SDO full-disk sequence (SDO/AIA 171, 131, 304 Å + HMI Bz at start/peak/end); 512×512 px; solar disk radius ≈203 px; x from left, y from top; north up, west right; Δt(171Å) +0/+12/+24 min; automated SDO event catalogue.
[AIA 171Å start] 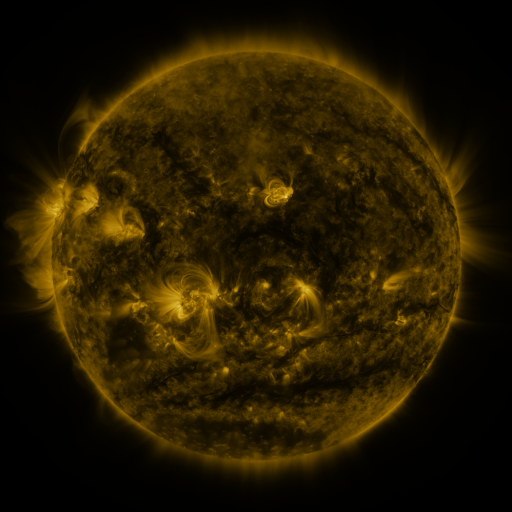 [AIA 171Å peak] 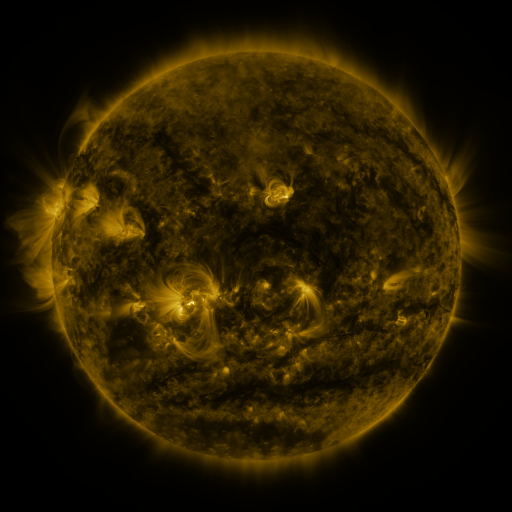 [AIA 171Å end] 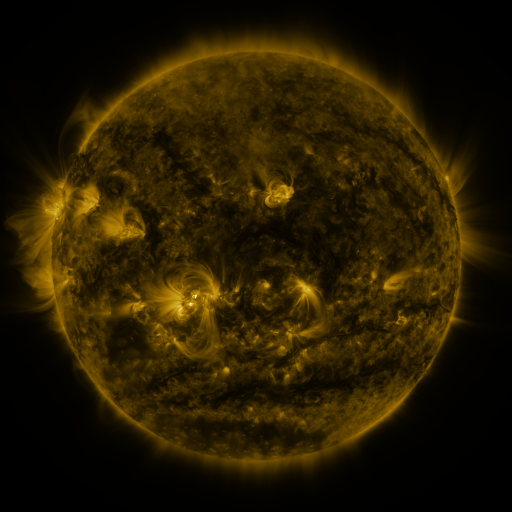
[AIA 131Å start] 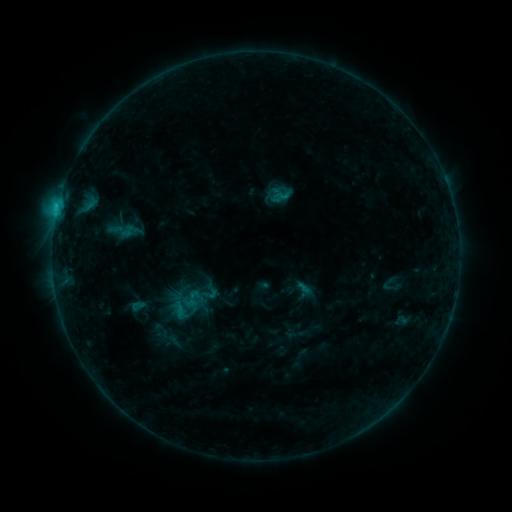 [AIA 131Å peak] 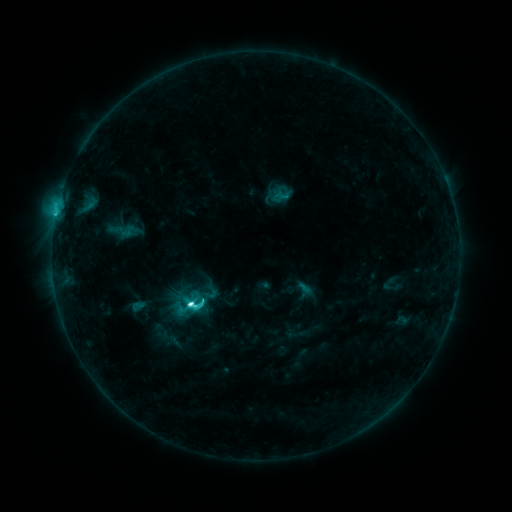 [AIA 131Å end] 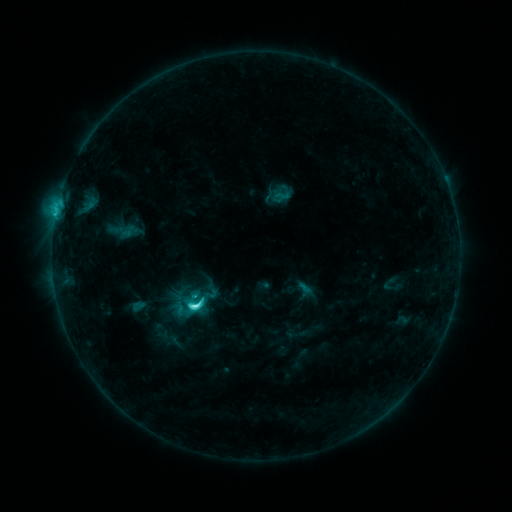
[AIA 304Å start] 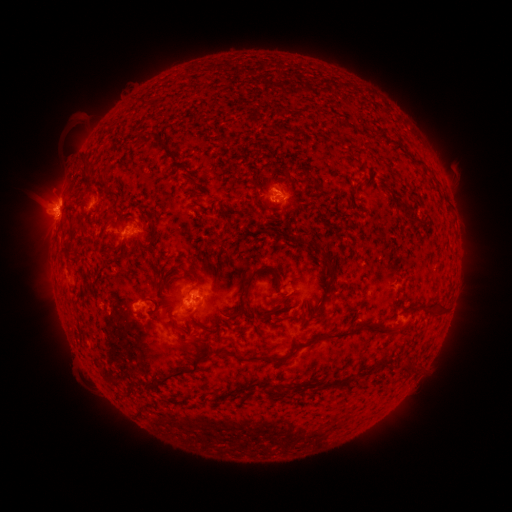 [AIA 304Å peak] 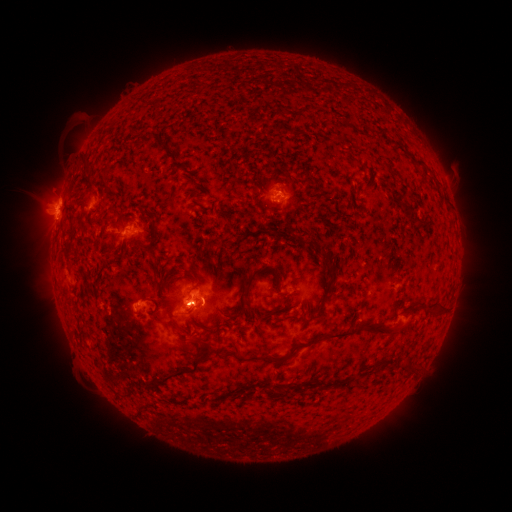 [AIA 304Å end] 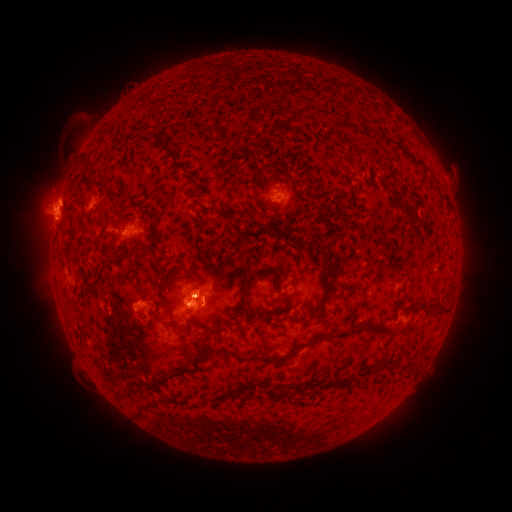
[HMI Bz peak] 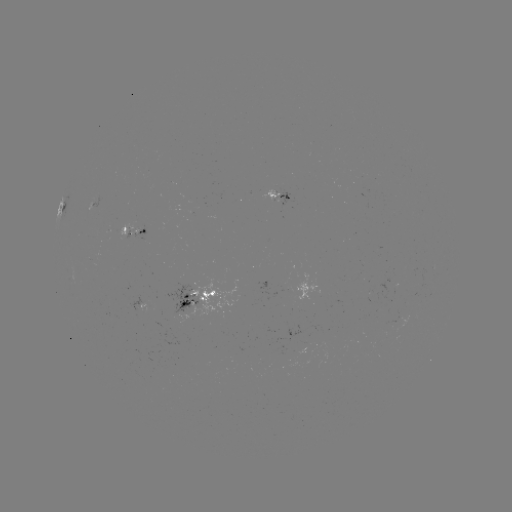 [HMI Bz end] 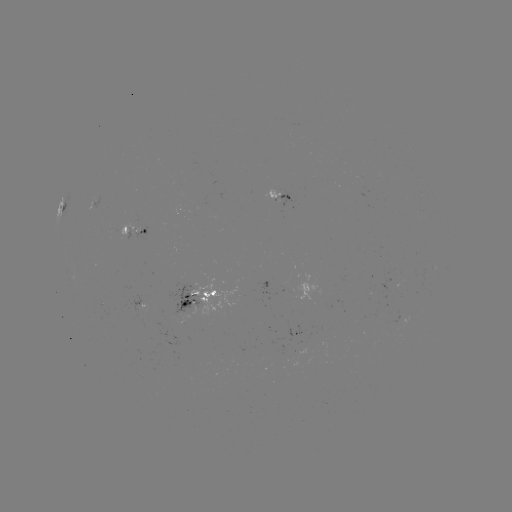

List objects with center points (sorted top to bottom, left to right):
C6.6 flare: (192, 303)
